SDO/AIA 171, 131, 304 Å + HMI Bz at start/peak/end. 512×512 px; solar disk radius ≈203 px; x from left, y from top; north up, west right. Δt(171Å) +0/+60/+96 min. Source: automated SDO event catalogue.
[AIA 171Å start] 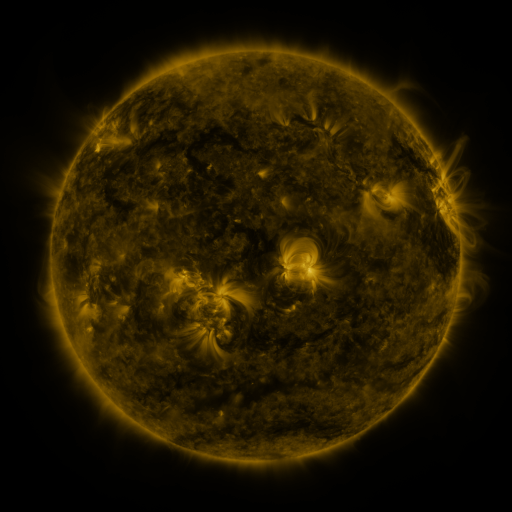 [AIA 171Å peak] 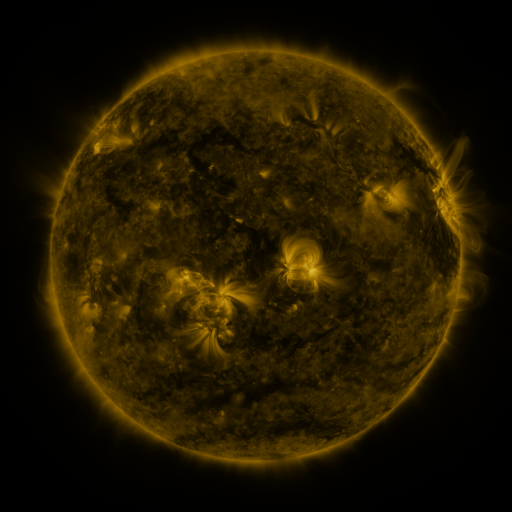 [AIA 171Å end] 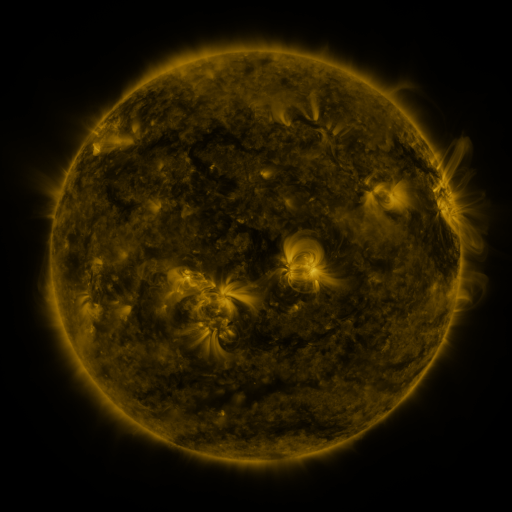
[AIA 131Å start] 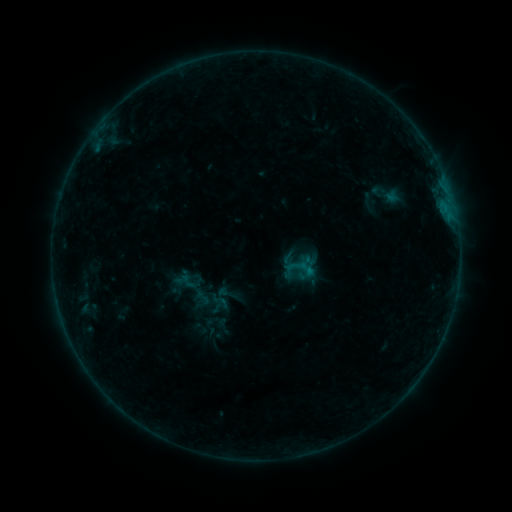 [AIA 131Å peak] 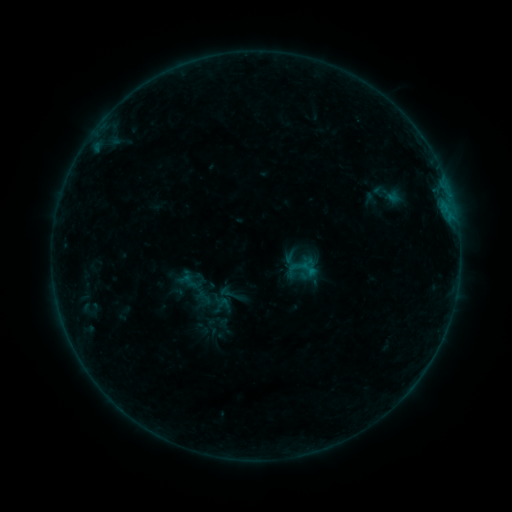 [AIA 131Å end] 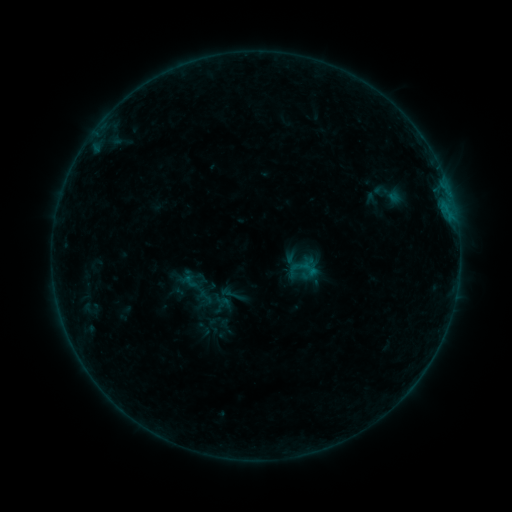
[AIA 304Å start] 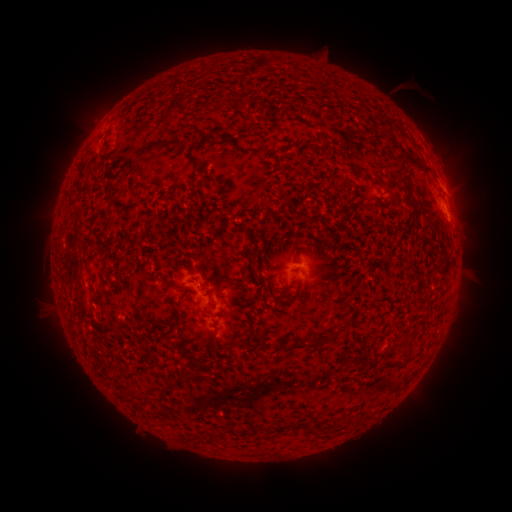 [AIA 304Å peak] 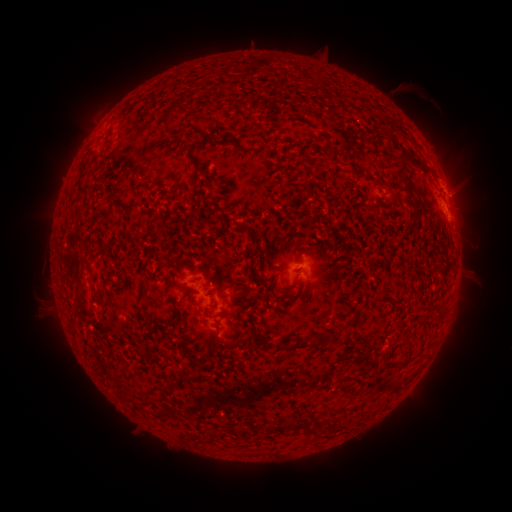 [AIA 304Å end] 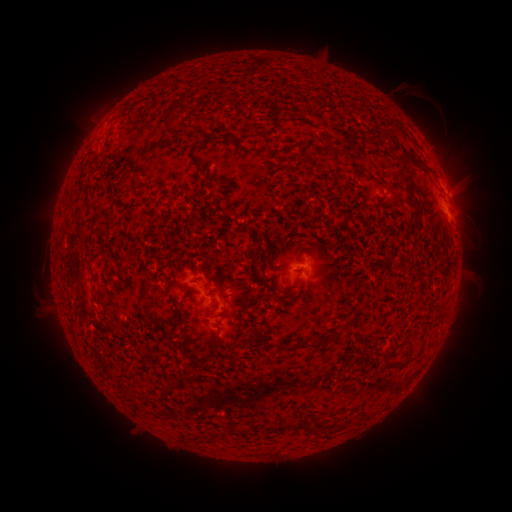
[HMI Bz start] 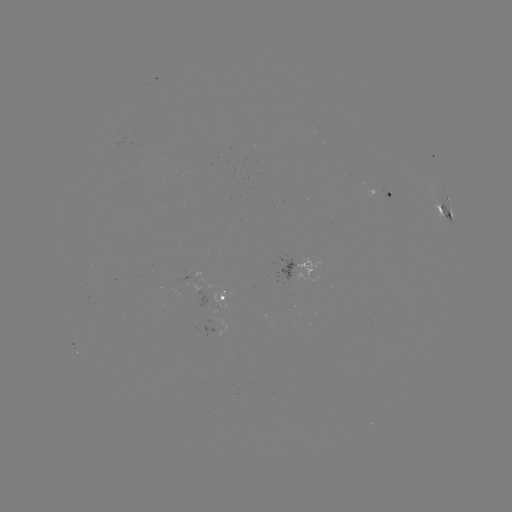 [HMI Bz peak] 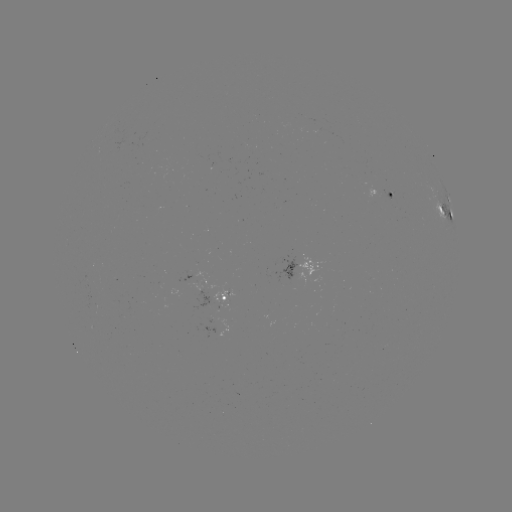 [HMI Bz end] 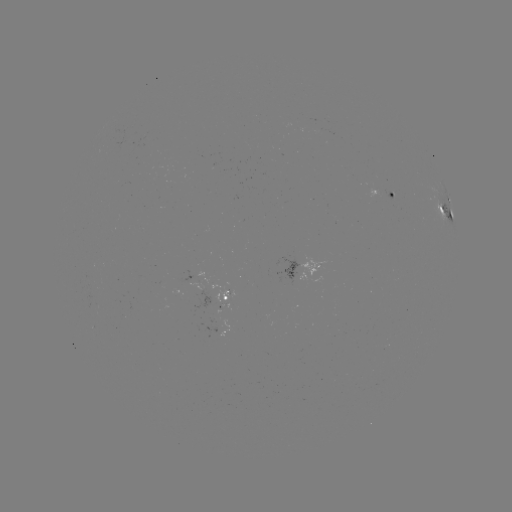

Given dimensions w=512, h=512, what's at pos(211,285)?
emerging-flux region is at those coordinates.